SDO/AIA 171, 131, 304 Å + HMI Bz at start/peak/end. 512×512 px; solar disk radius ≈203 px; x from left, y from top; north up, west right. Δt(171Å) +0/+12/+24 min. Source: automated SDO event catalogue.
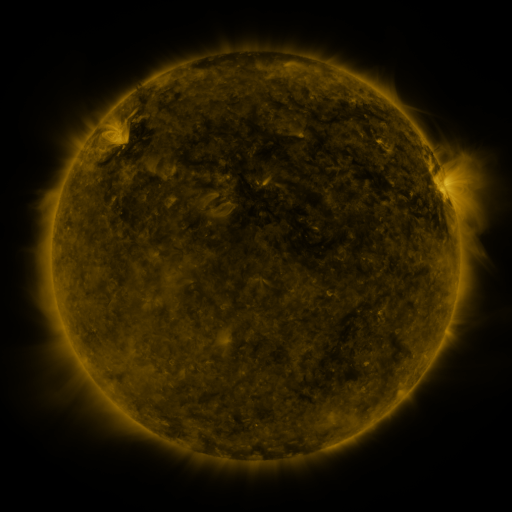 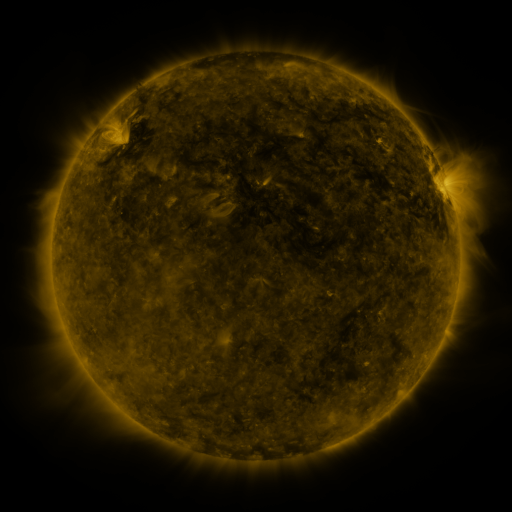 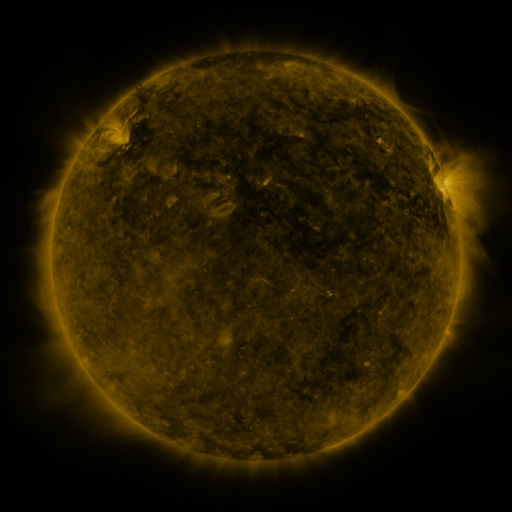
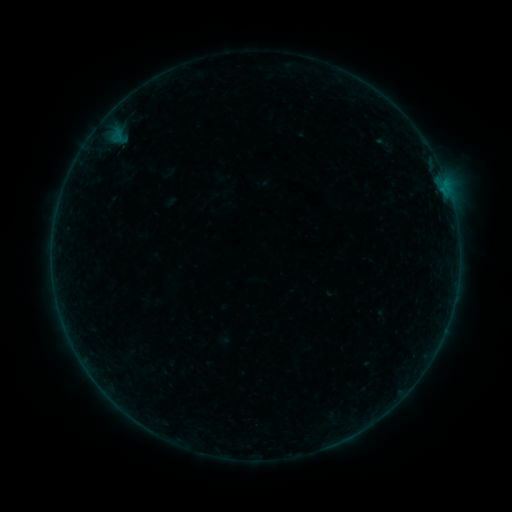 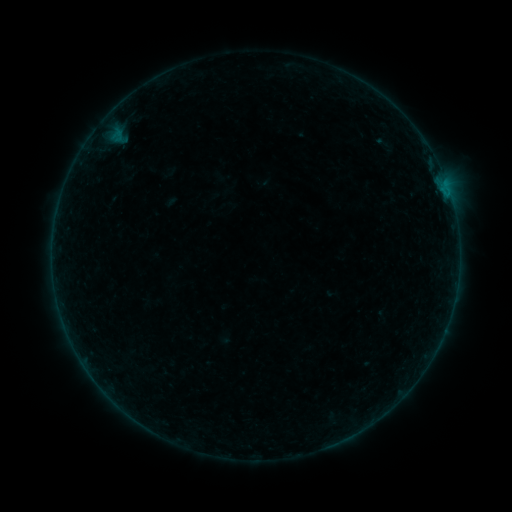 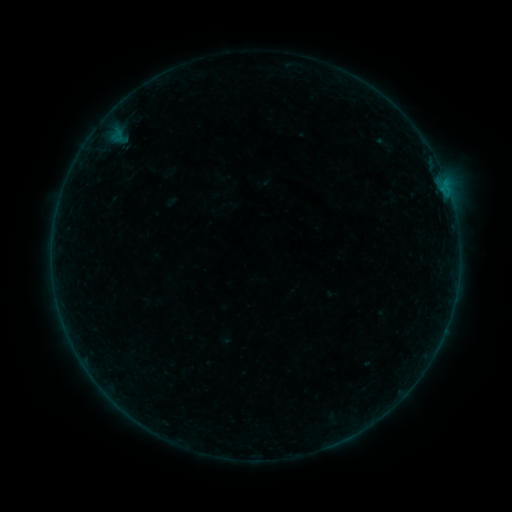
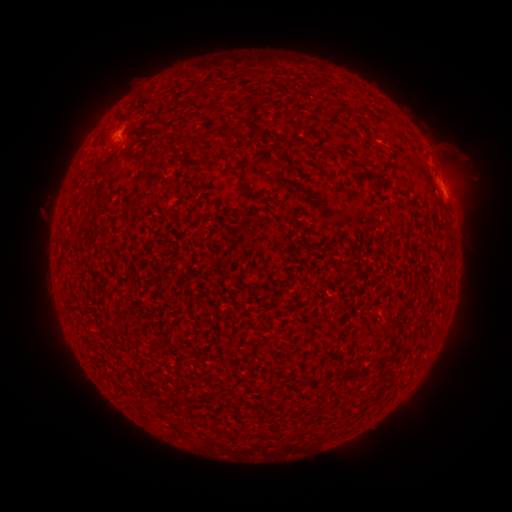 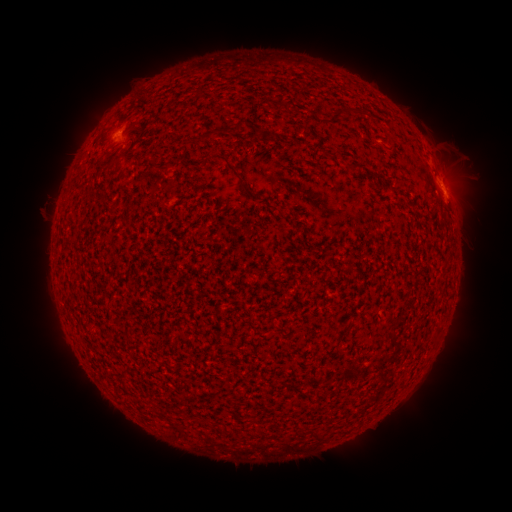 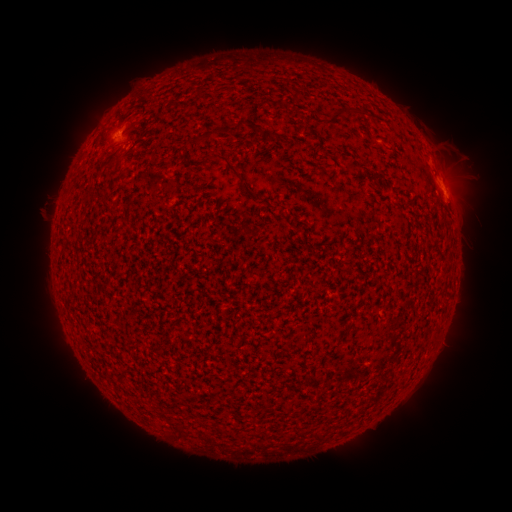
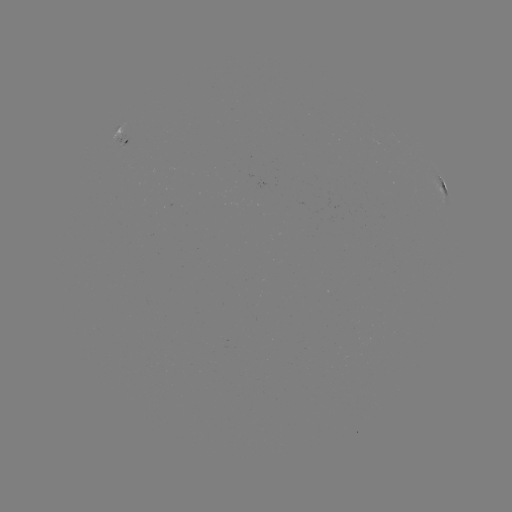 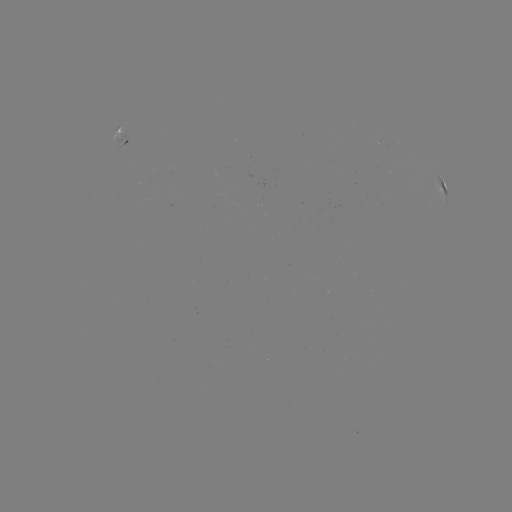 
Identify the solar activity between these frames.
B1.6 flare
